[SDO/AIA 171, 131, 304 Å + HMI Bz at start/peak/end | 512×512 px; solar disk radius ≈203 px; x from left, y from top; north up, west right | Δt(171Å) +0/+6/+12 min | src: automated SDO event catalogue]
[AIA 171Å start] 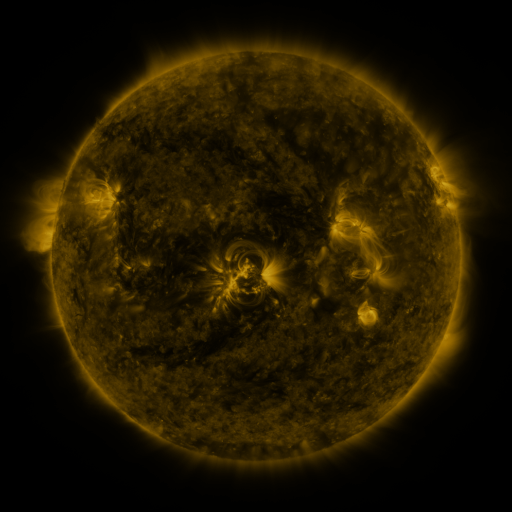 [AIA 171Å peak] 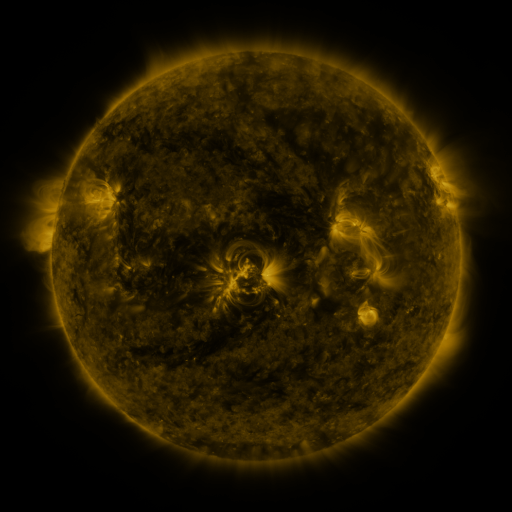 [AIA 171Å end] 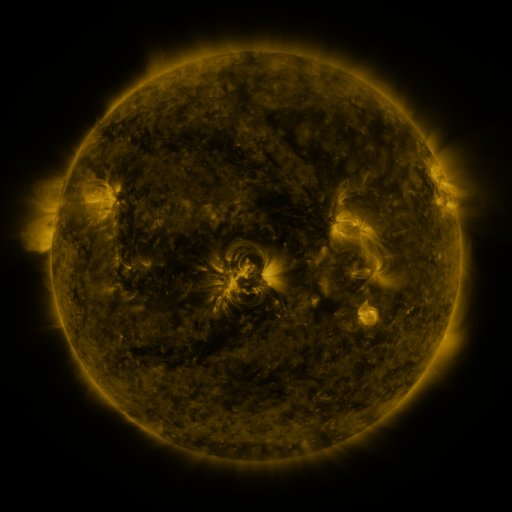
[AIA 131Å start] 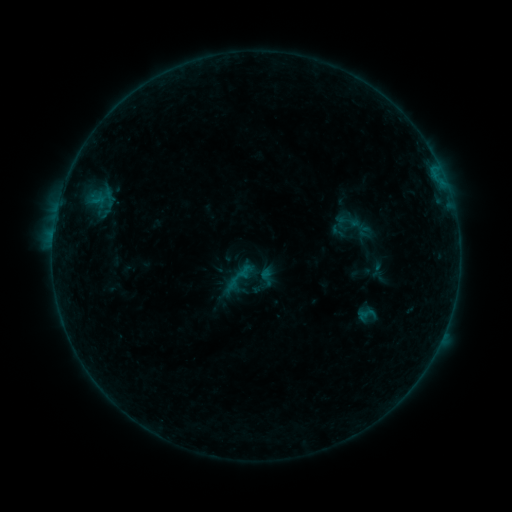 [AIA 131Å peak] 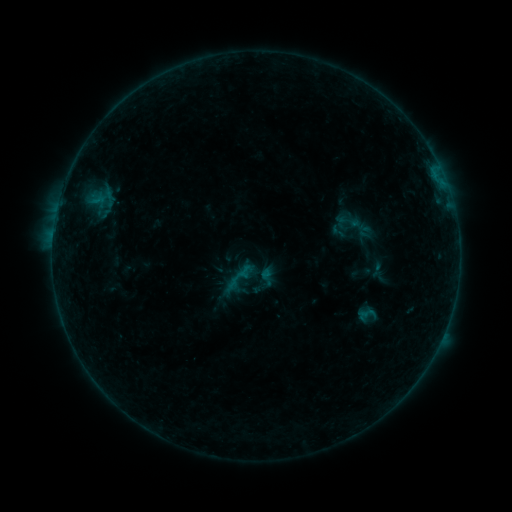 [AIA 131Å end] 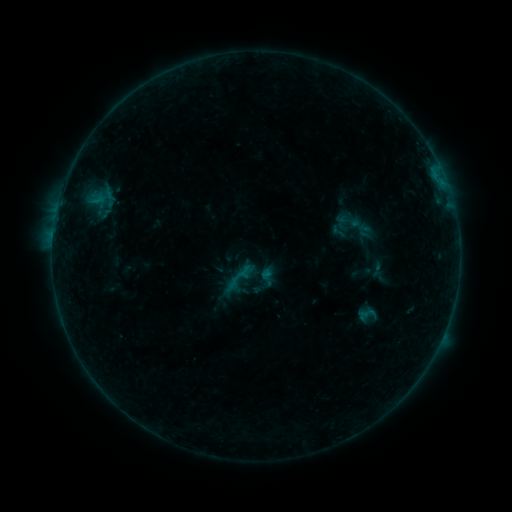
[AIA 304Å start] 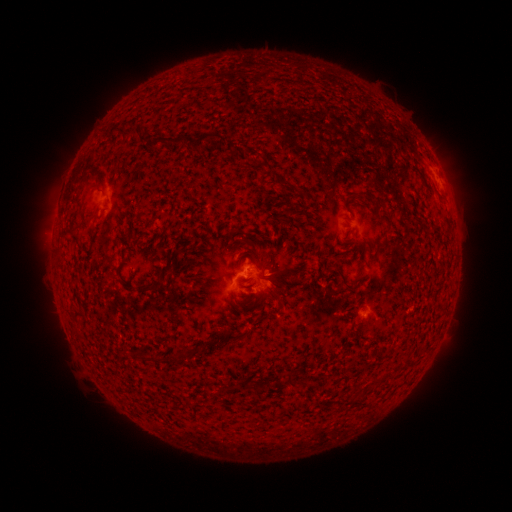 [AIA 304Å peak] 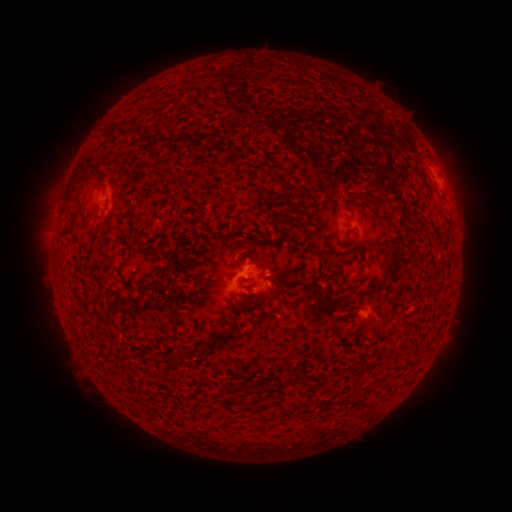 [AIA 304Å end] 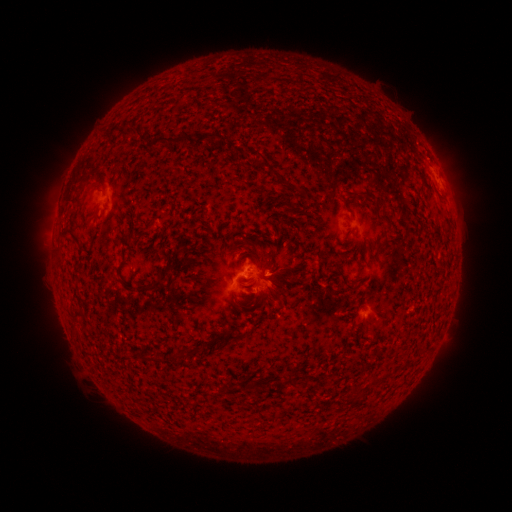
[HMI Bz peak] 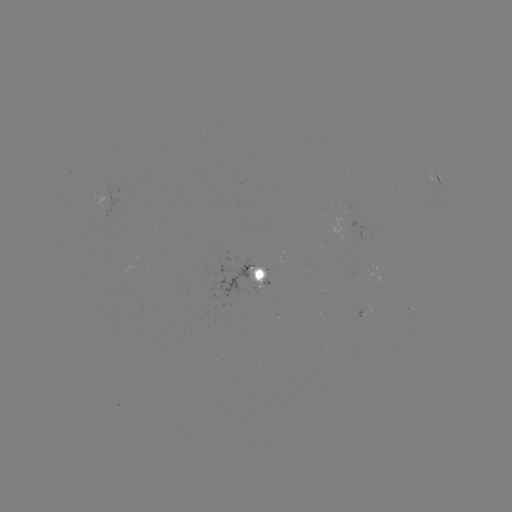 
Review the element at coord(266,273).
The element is B2.5 flare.